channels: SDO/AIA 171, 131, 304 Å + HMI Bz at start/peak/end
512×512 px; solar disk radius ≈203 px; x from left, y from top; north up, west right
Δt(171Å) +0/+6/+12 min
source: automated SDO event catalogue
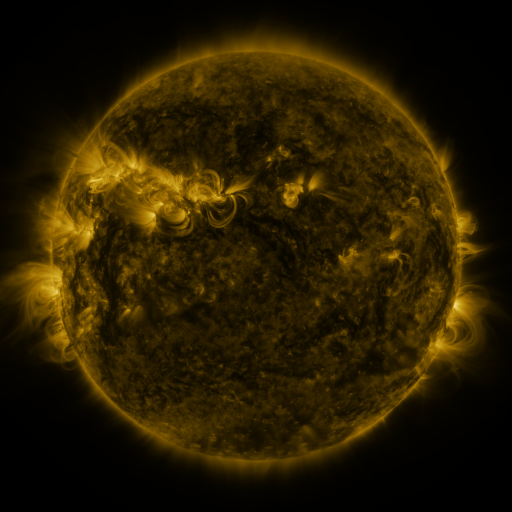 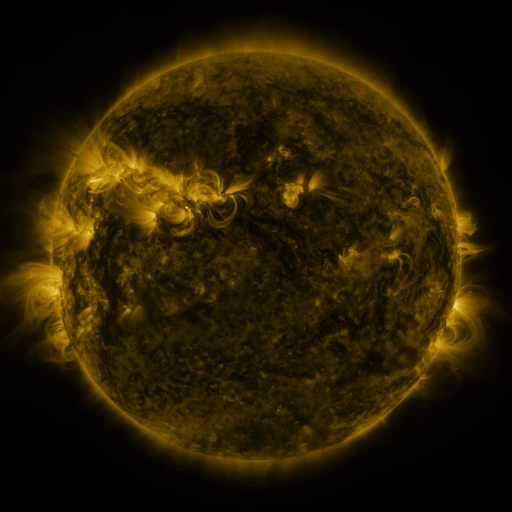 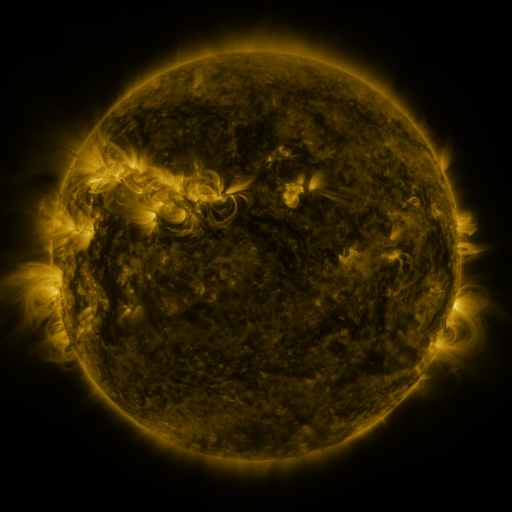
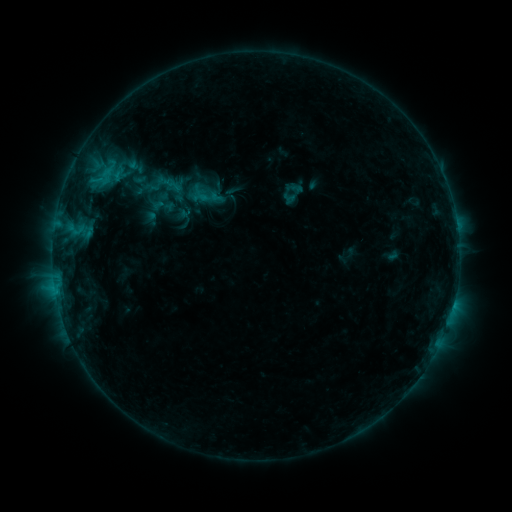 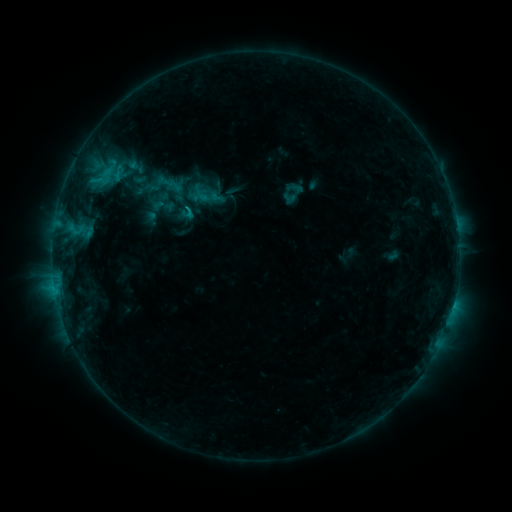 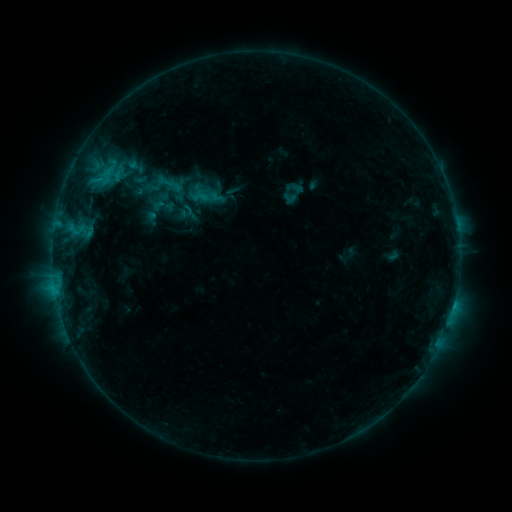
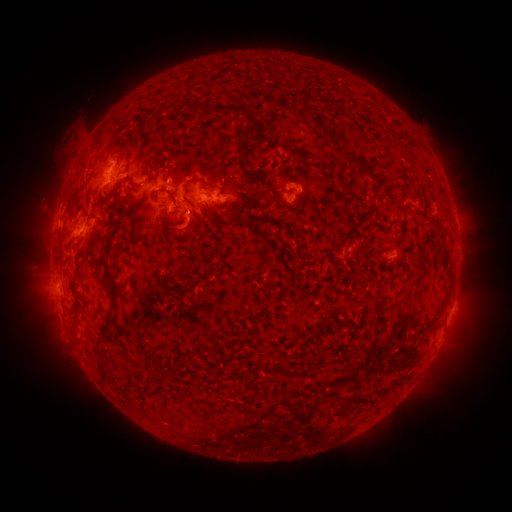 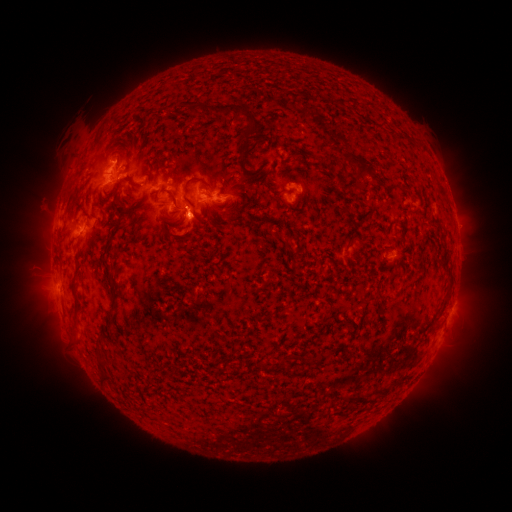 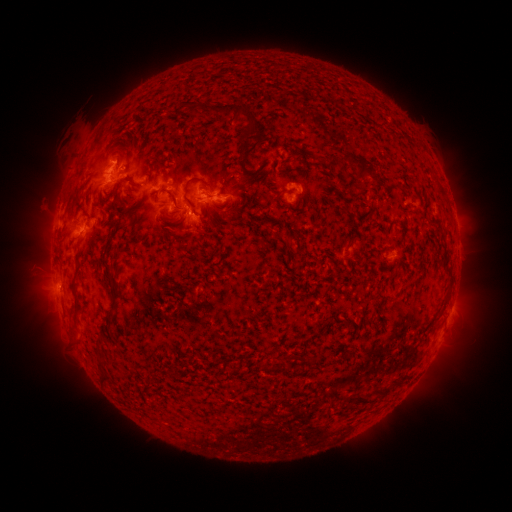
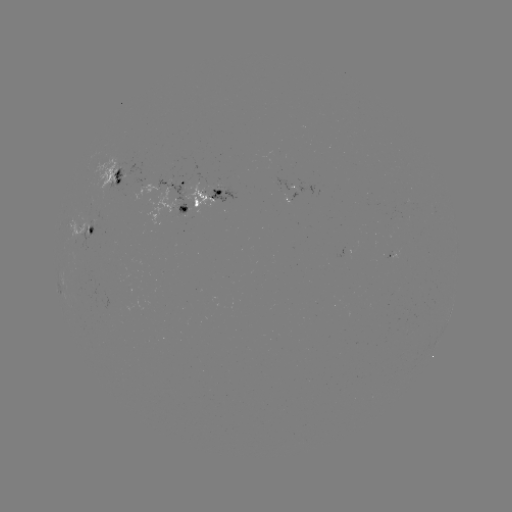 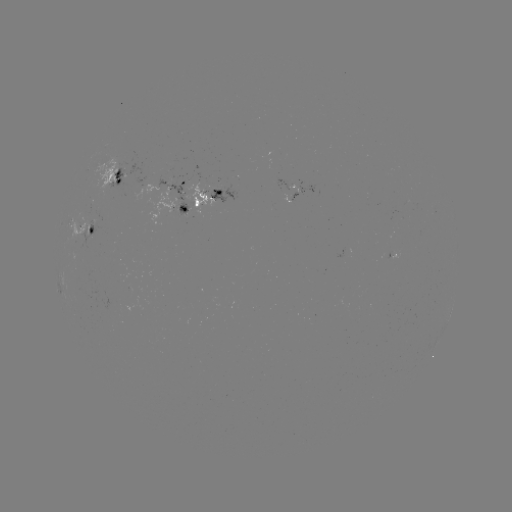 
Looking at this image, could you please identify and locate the eruption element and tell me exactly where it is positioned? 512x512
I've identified eruption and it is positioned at (189, 232).